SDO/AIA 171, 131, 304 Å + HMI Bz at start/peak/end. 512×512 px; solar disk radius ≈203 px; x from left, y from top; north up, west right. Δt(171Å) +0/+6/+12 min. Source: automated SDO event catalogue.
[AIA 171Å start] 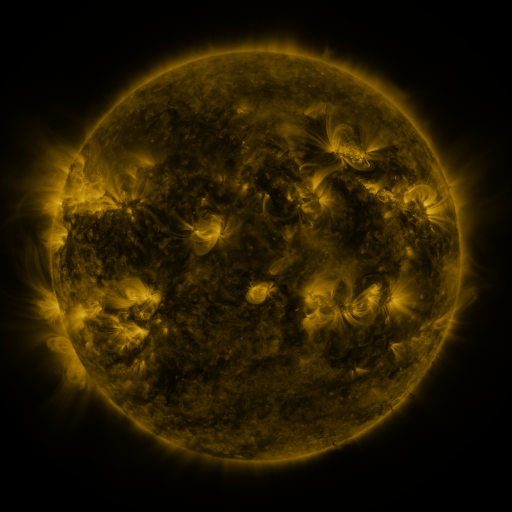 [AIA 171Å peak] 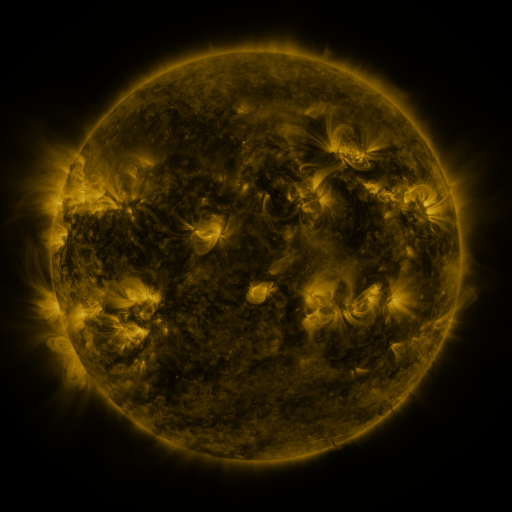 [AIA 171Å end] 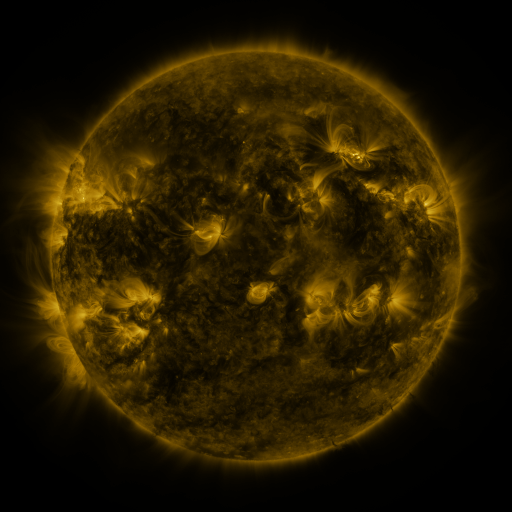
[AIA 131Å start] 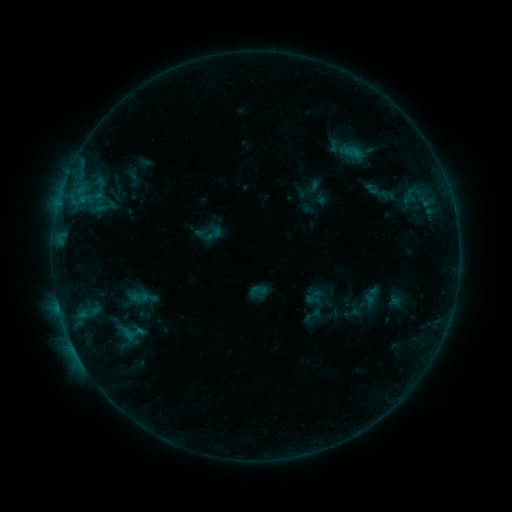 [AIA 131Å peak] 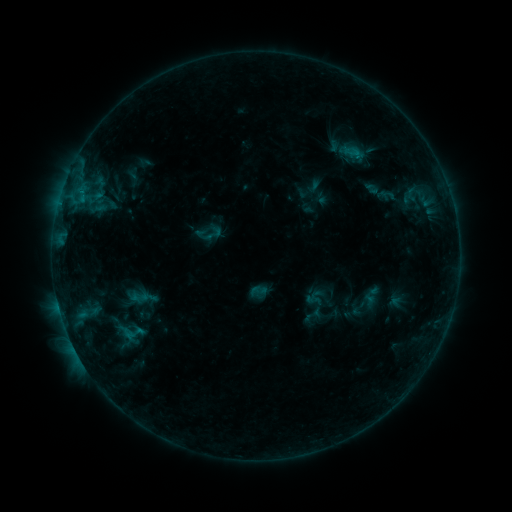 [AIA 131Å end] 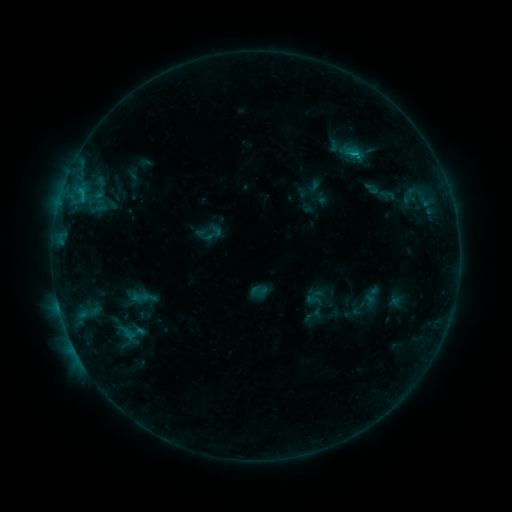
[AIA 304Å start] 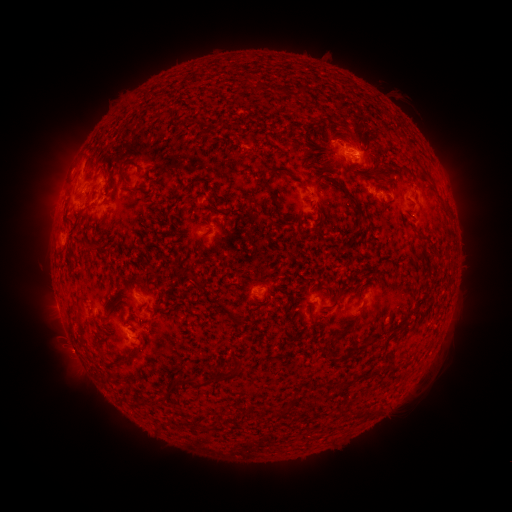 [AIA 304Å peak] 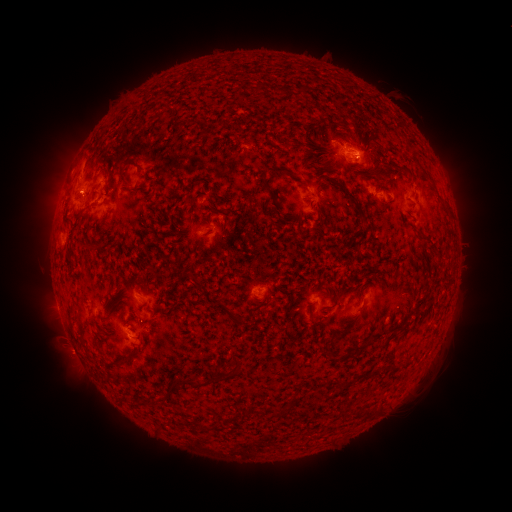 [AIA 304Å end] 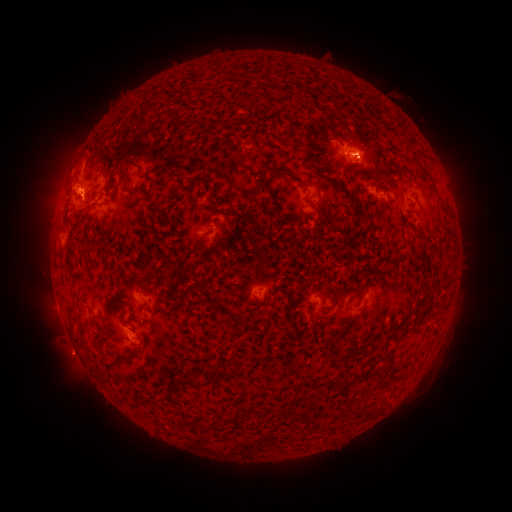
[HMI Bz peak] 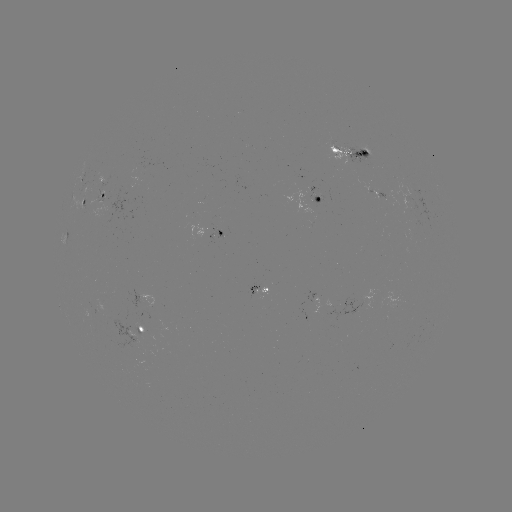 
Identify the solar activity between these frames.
B7.9 flare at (58, 304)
